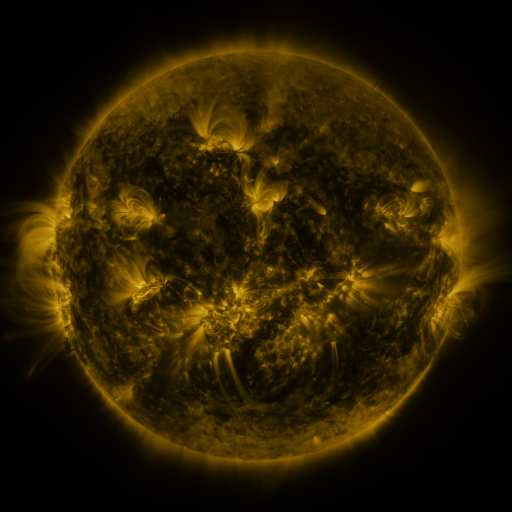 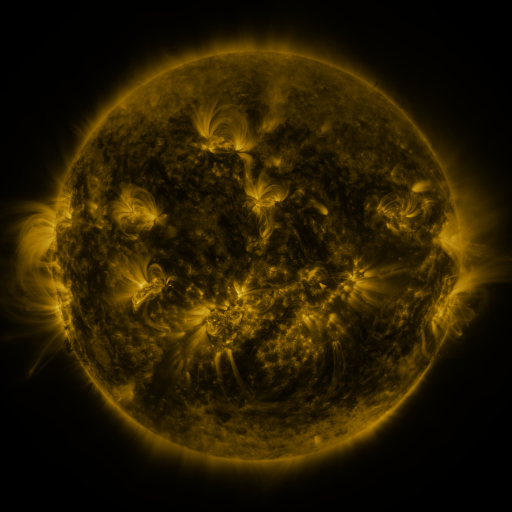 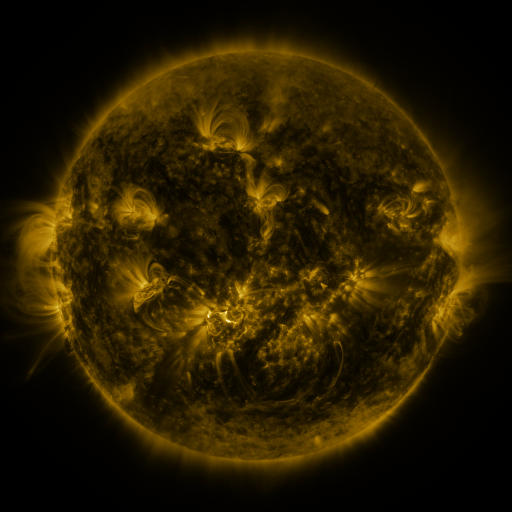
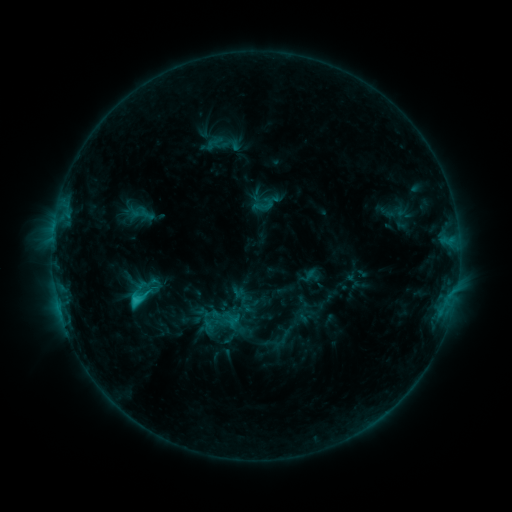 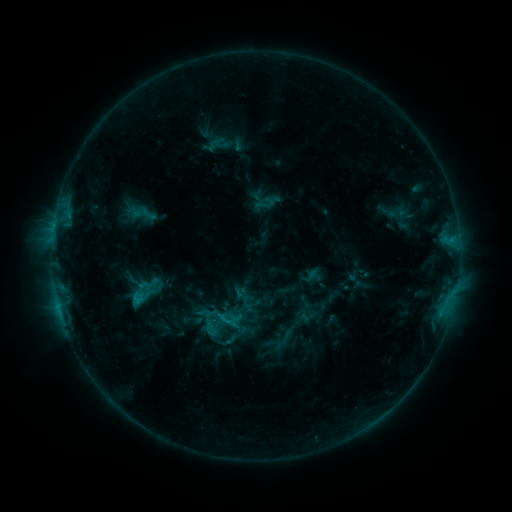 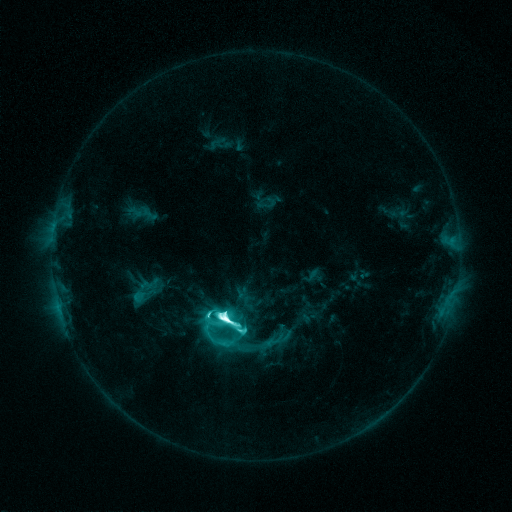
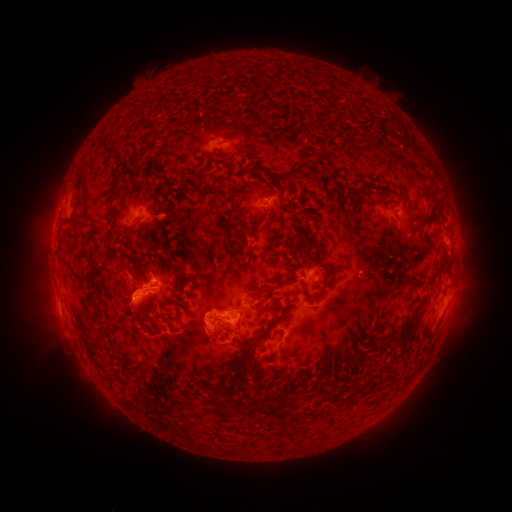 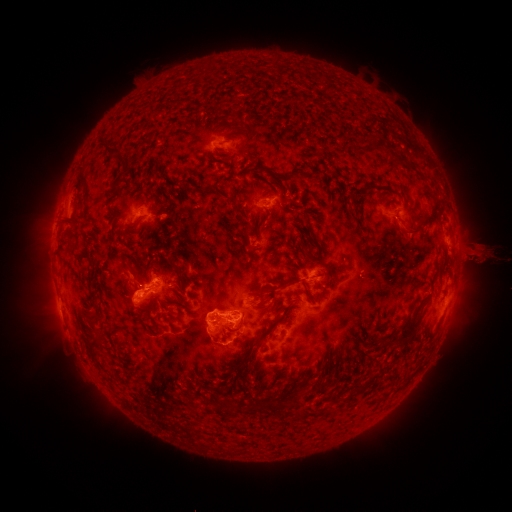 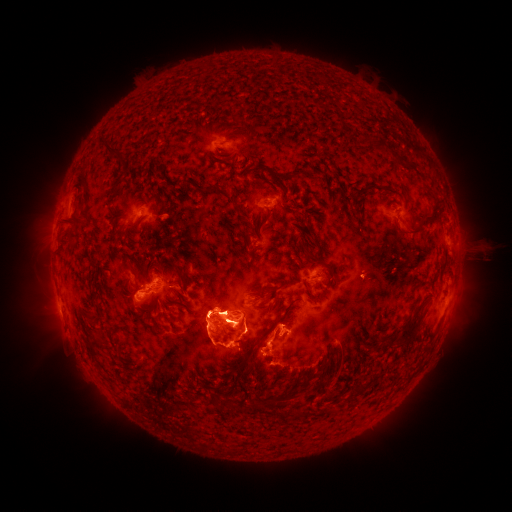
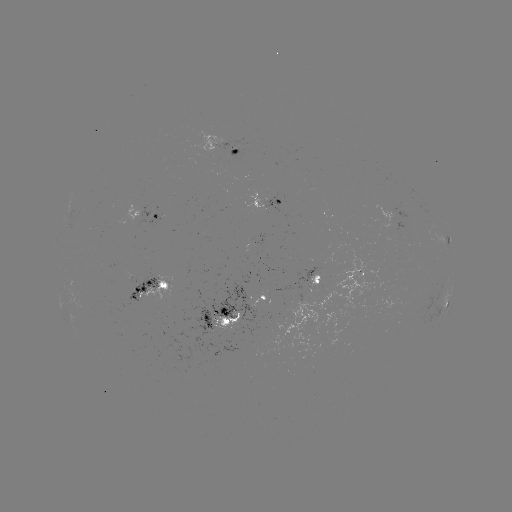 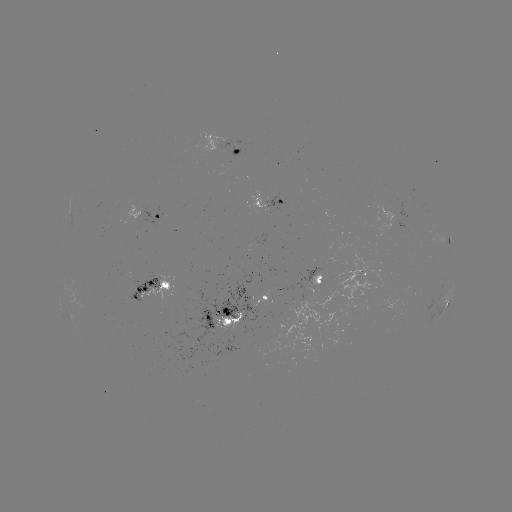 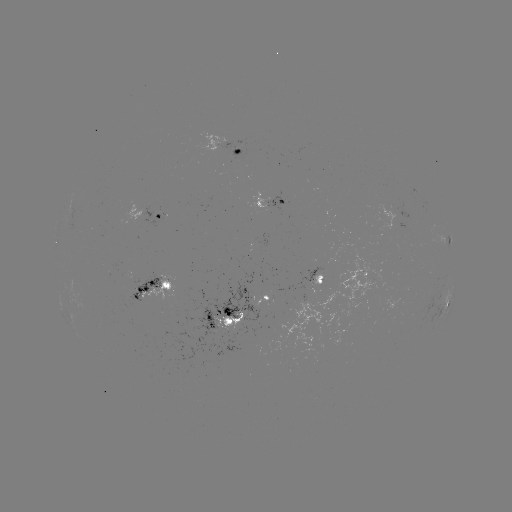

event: emerging-flux region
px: (238, 305)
